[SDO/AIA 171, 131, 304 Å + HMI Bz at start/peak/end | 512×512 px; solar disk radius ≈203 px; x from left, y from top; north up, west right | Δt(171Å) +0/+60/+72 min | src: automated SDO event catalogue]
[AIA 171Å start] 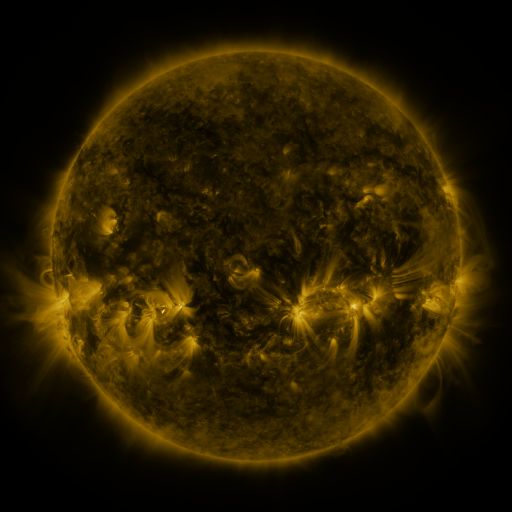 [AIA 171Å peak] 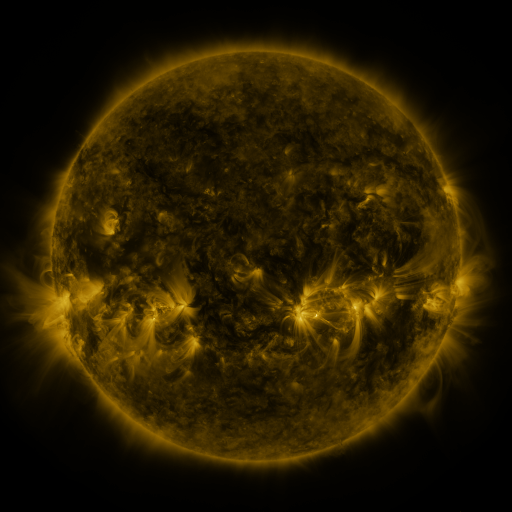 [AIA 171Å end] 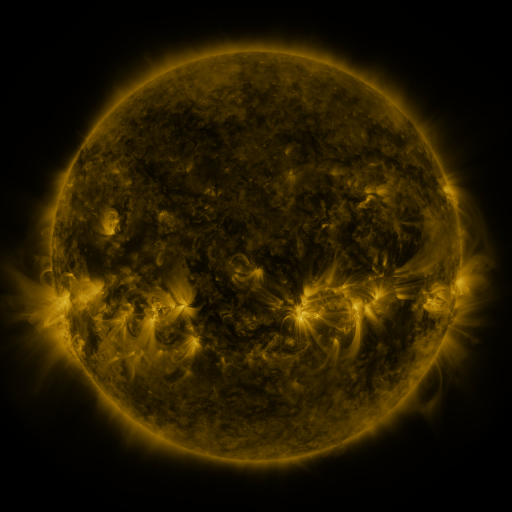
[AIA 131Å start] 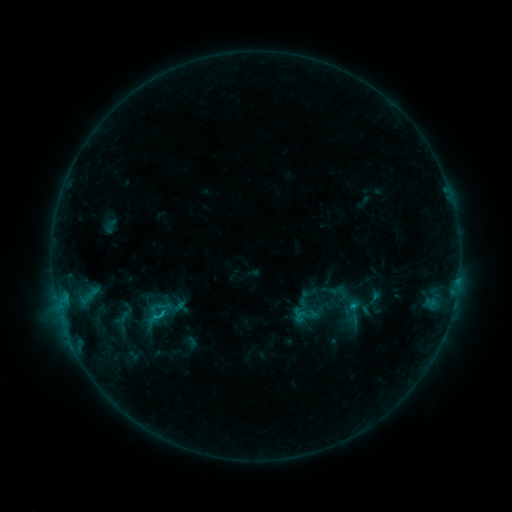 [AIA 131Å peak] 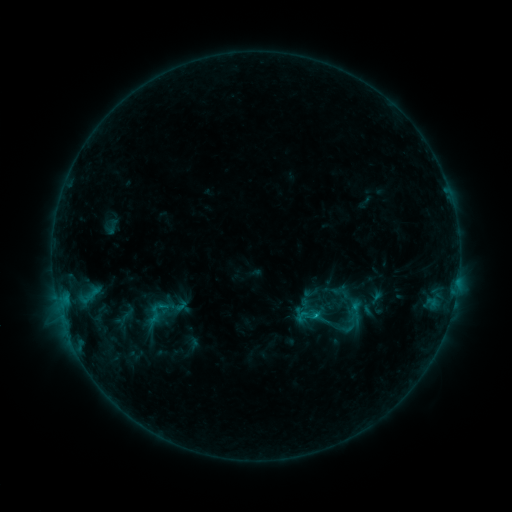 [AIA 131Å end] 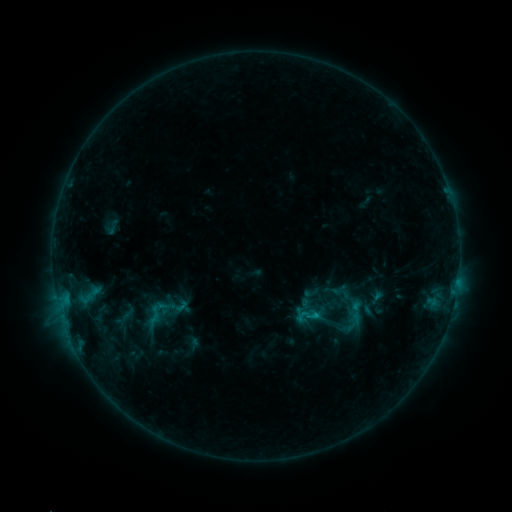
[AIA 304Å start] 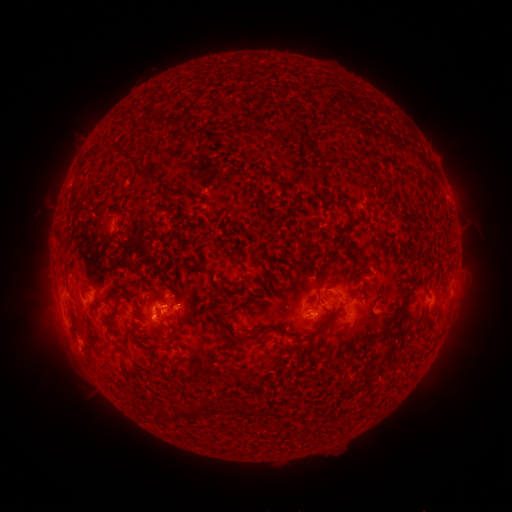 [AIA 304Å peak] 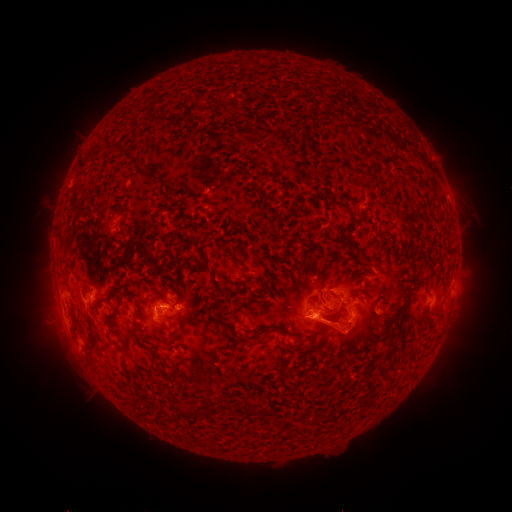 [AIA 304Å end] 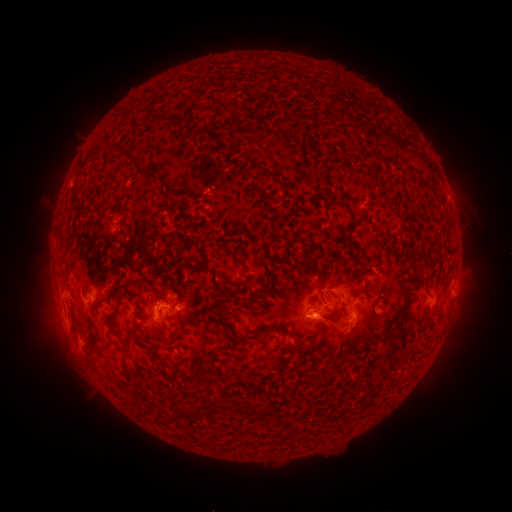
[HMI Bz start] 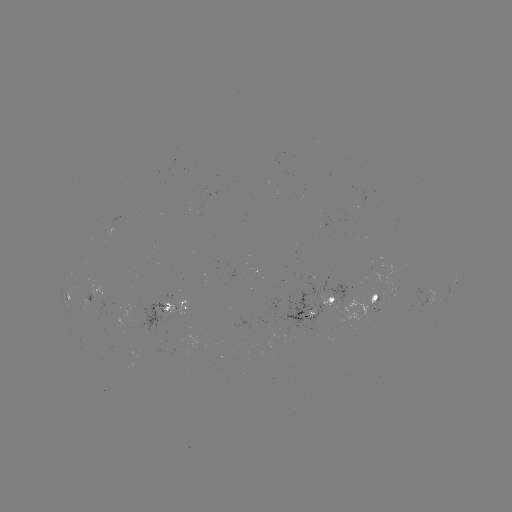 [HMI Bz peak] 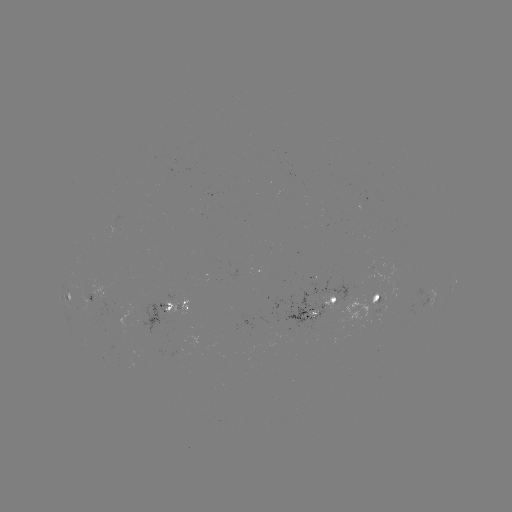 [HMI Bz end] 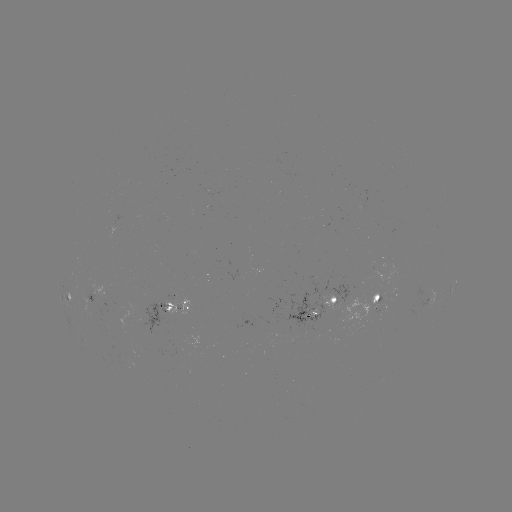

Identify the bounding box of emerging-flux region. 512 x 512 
[309, 303, 317, 318].